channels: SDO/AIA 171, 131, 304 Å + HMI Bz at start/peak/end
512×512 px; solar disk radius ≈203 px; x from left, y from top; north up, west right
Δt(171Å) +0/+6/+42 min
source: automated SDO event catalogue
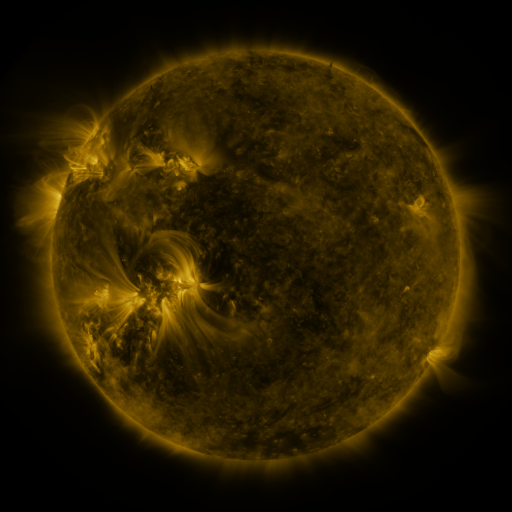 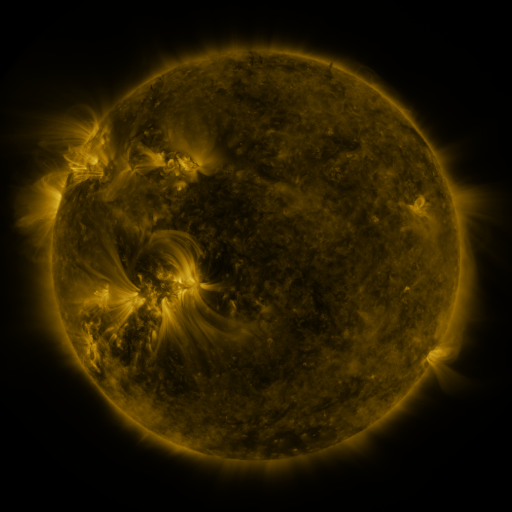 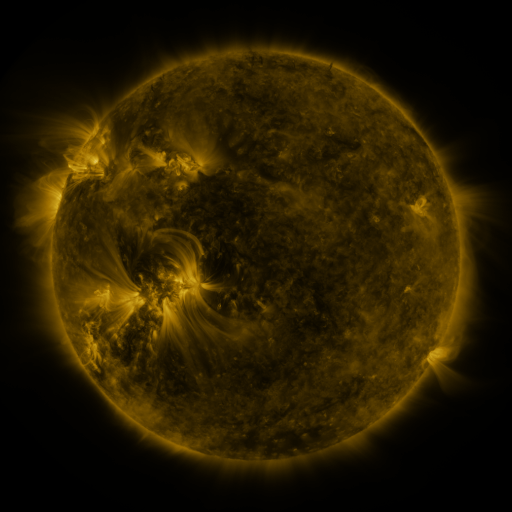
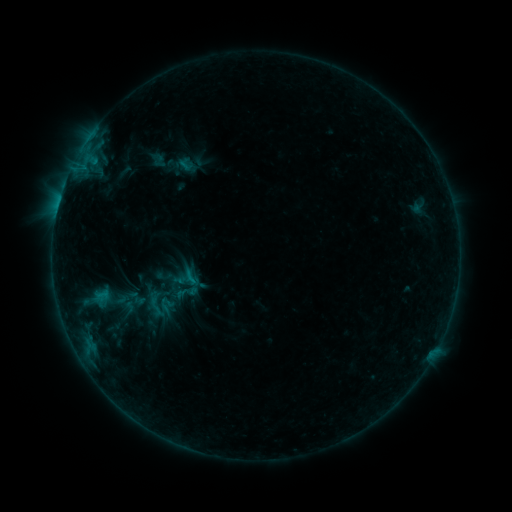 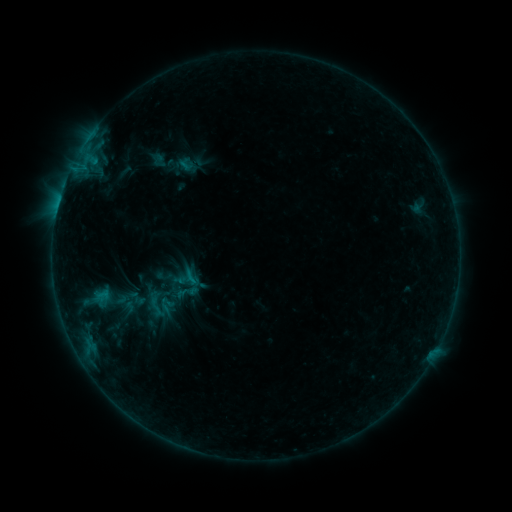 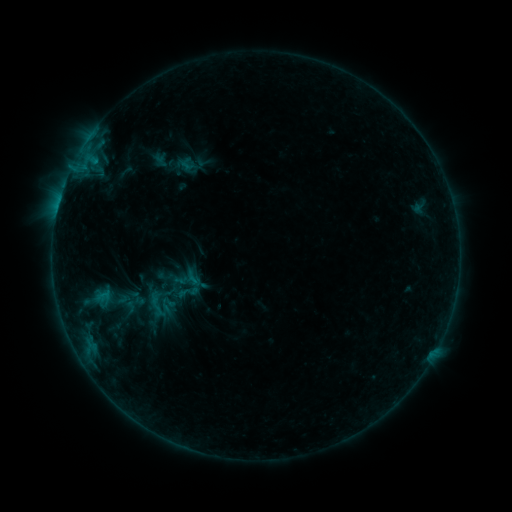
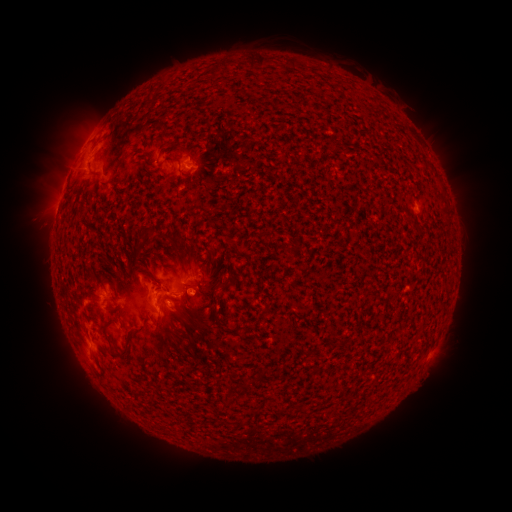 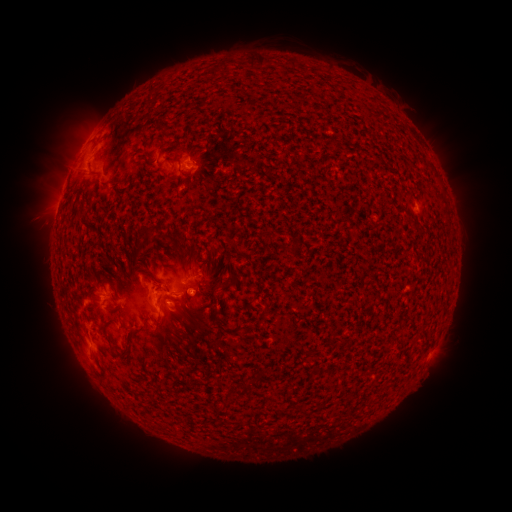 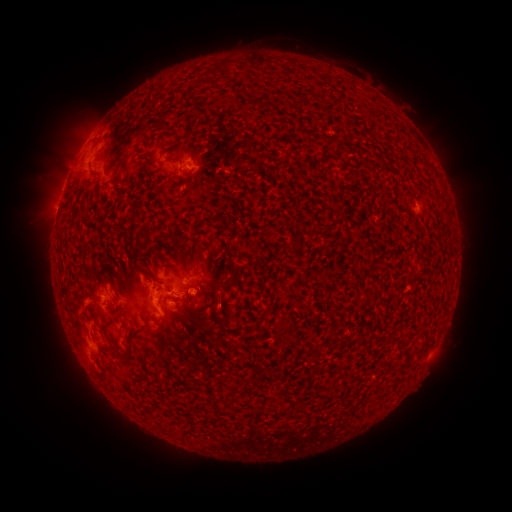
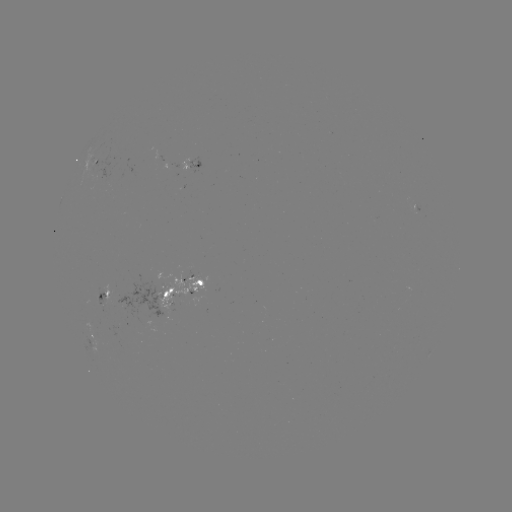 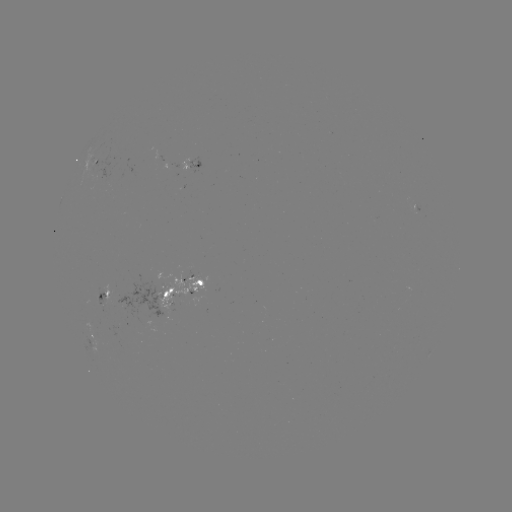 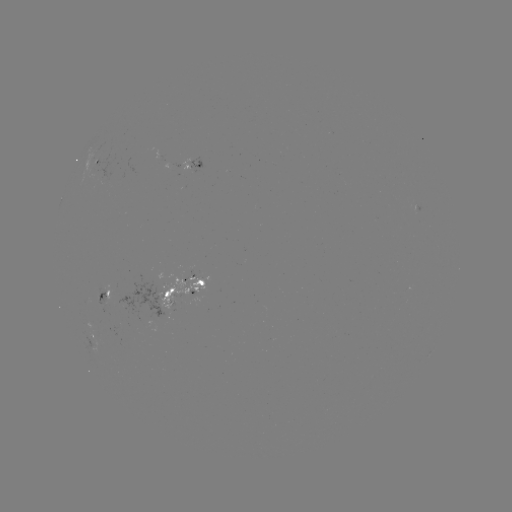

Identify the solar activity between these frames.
emerging-flux region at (195, 163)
